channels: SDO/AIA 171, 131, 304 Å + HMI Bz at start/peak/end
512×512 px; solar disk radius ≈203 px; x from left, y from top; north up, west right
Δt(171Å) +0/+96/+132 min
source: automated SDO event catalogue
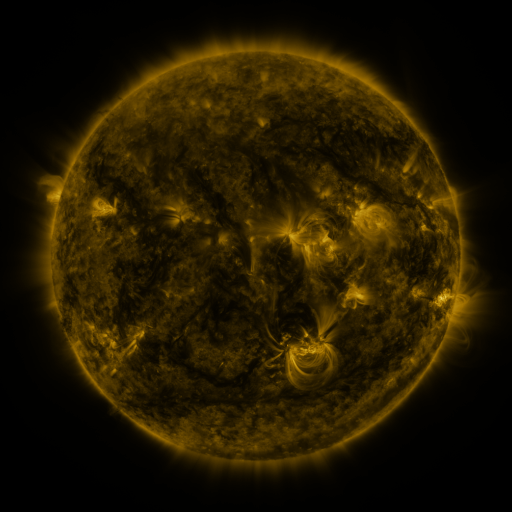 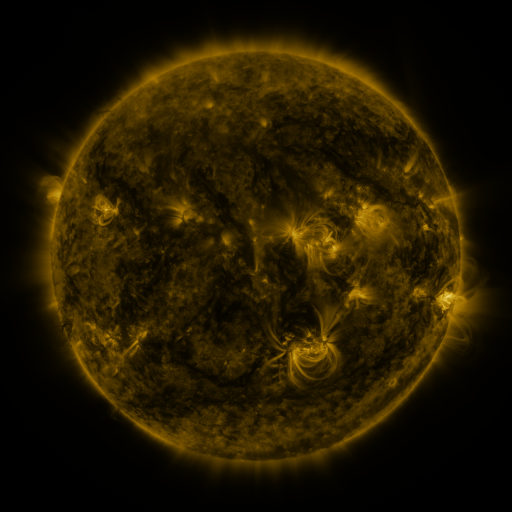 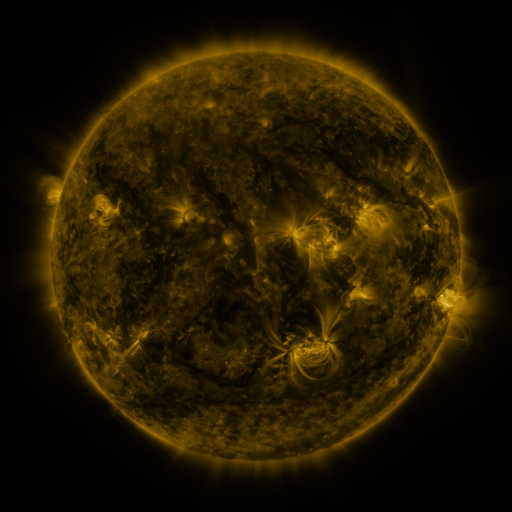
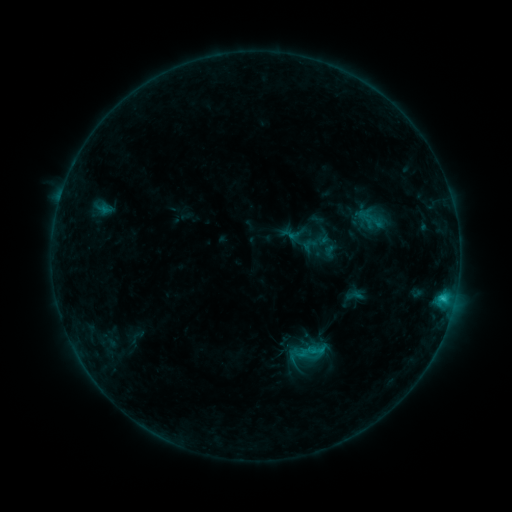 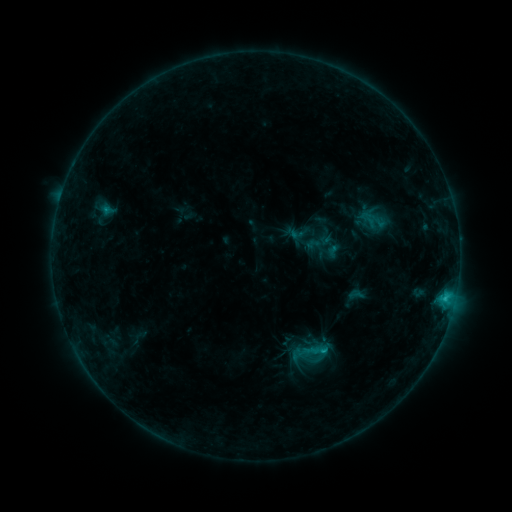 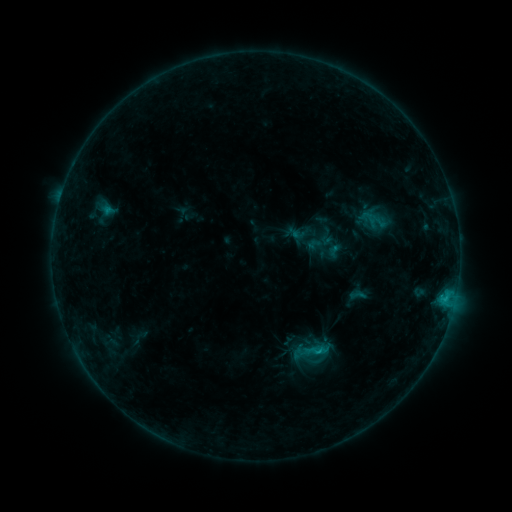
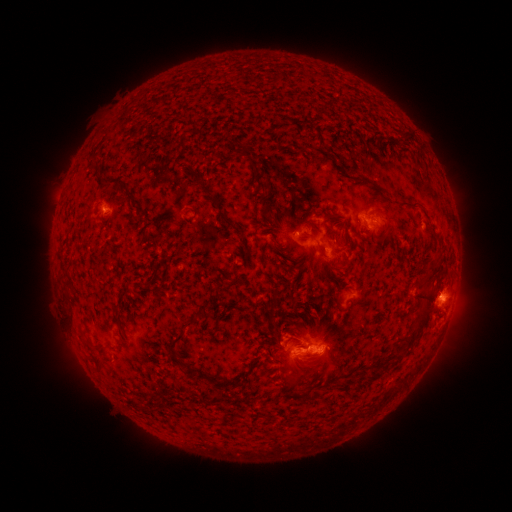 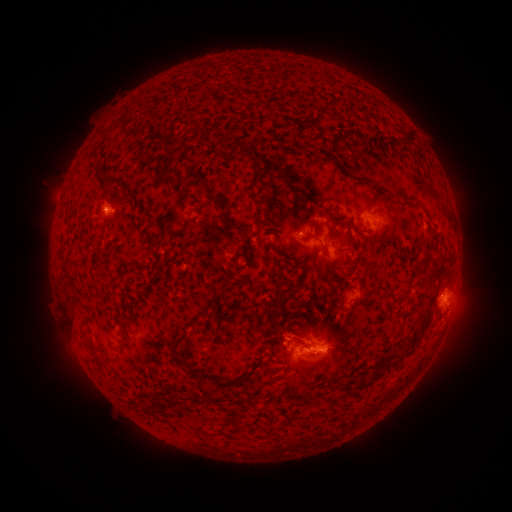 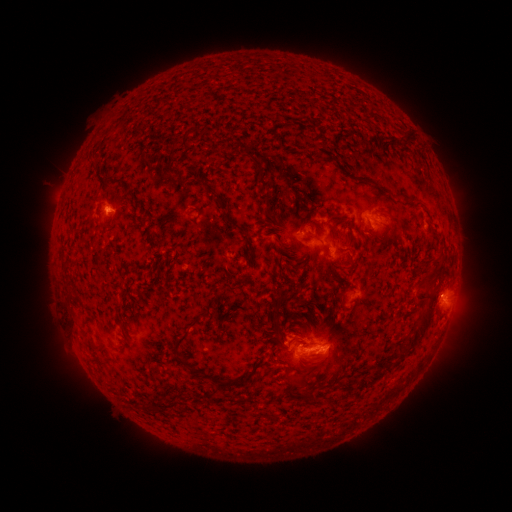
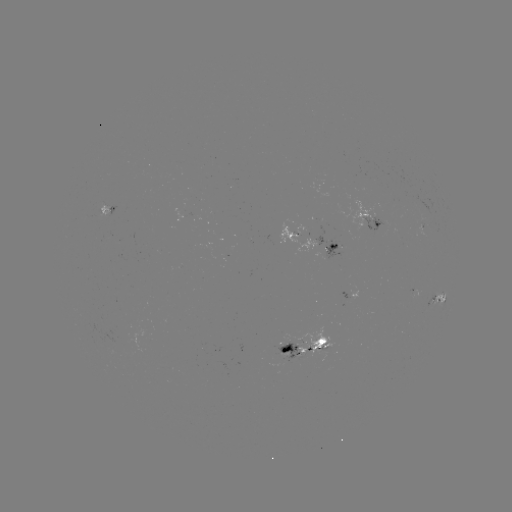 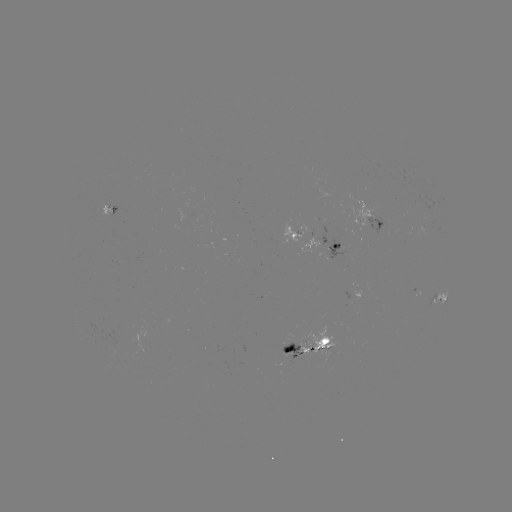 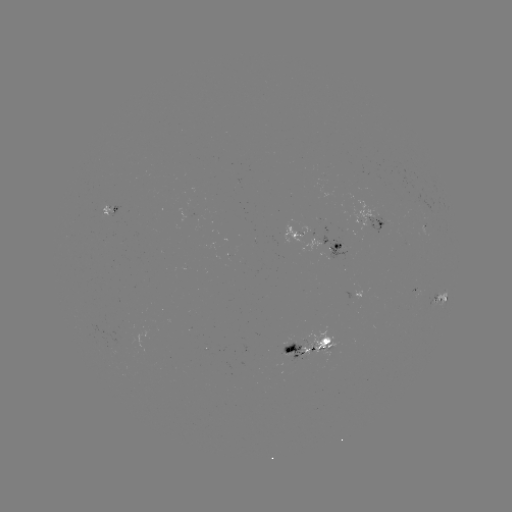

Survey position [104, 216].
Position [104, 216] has emerging-flux region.